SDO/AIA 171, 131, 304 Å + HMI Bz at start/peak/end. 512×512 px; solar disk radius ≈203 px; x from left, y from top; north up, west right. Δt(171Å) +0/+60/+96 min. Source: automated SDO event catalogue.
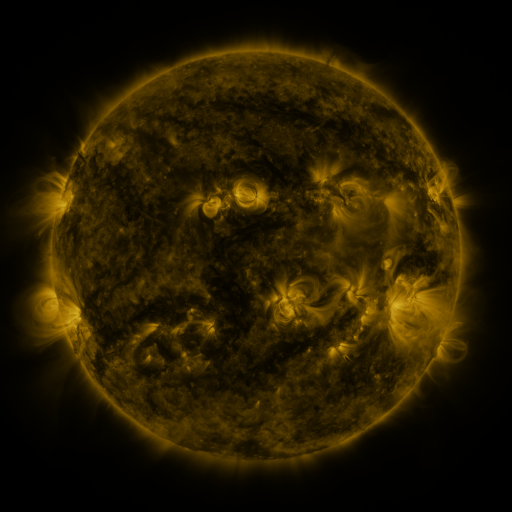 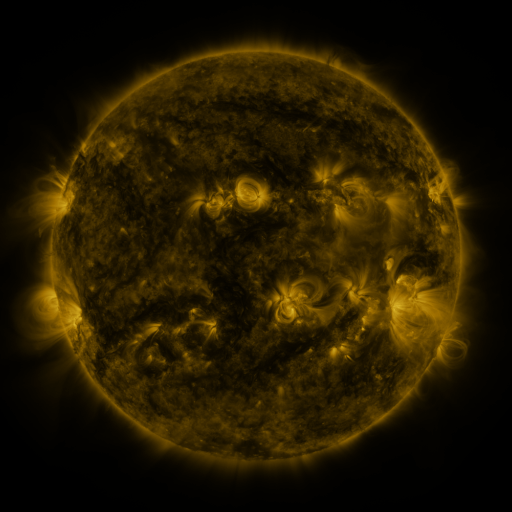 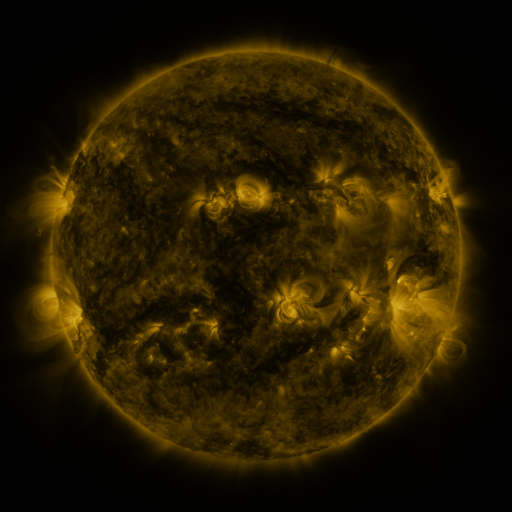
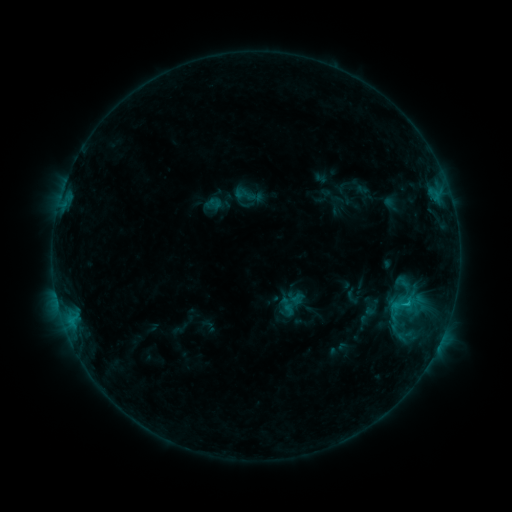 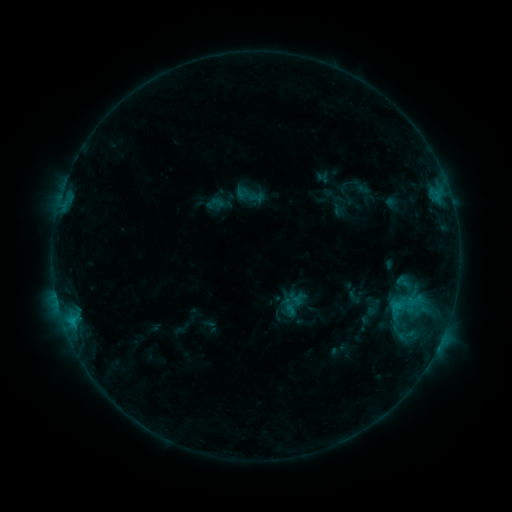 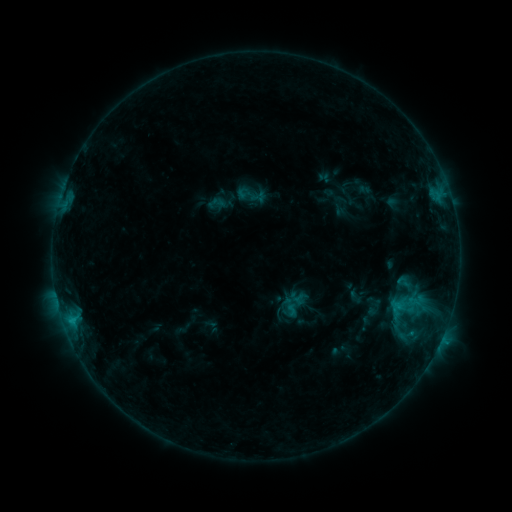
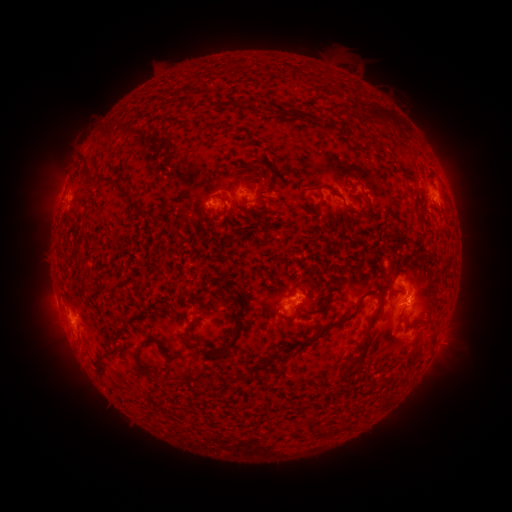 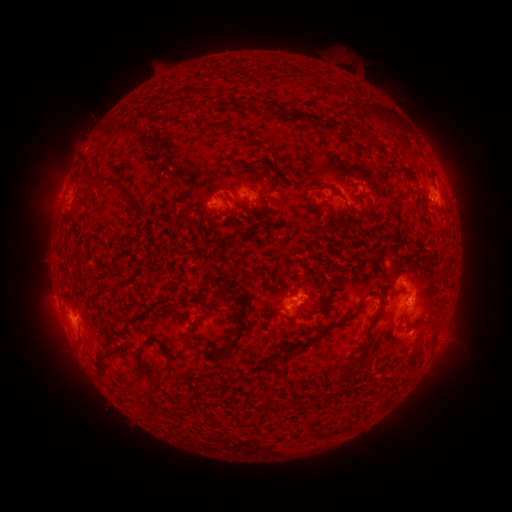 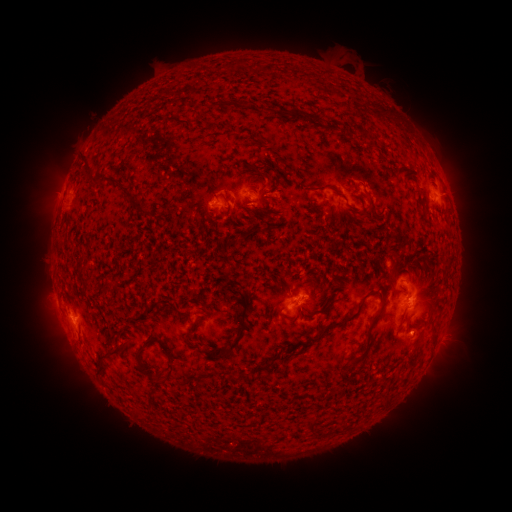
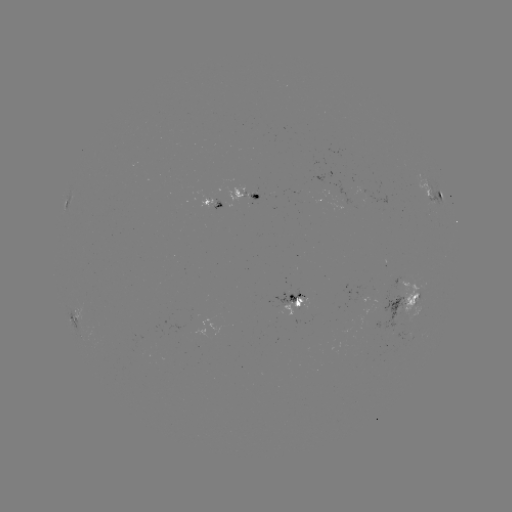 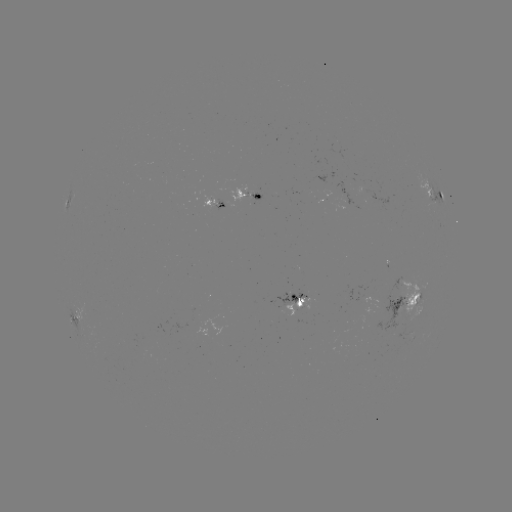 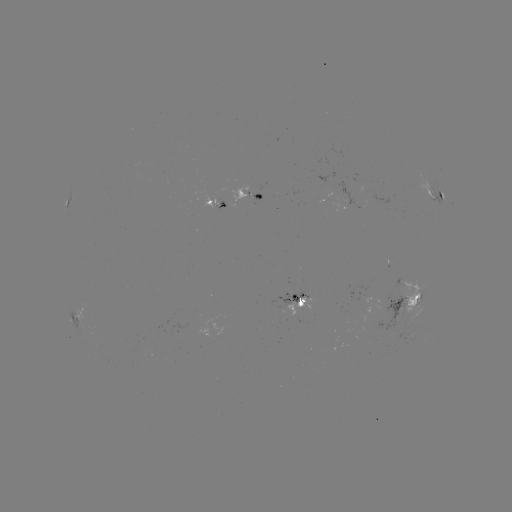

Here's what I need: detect emerging-flux region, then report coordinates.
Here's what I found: emerging-flux region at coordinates [140, 345].